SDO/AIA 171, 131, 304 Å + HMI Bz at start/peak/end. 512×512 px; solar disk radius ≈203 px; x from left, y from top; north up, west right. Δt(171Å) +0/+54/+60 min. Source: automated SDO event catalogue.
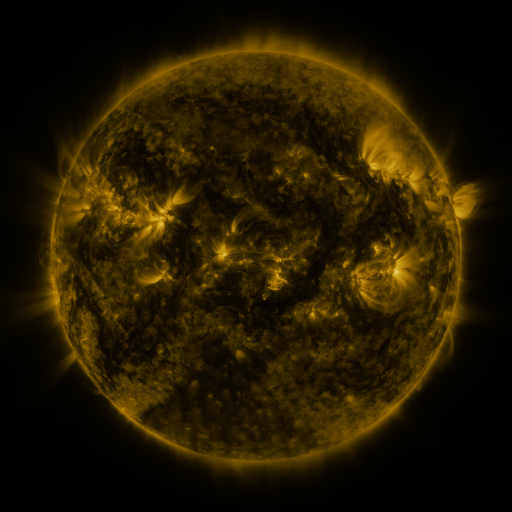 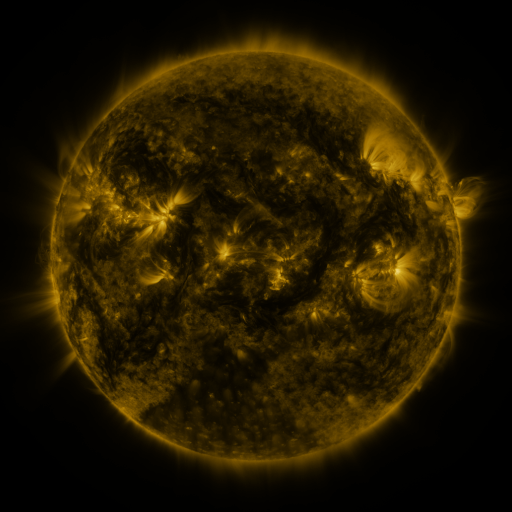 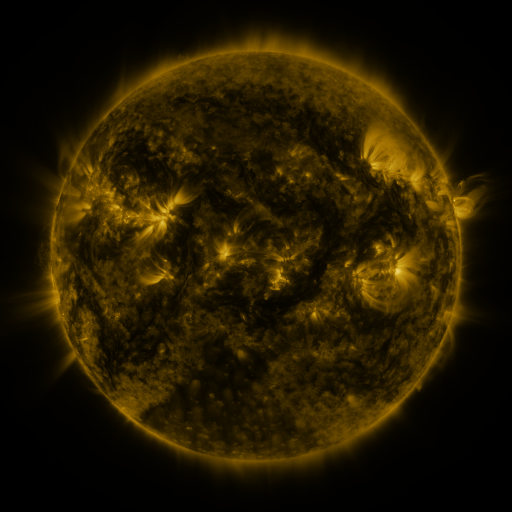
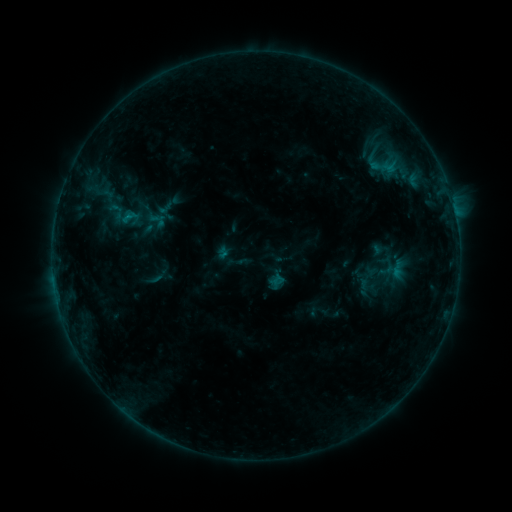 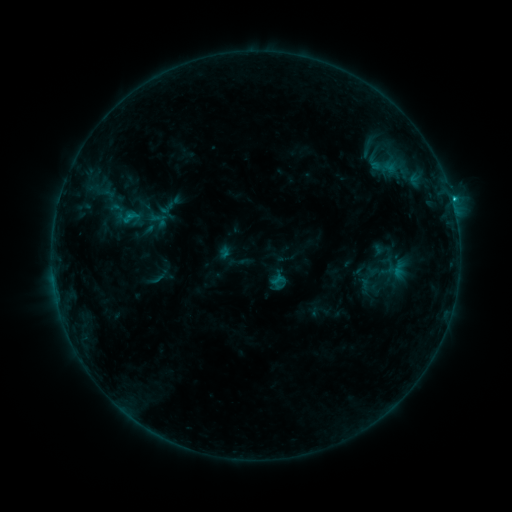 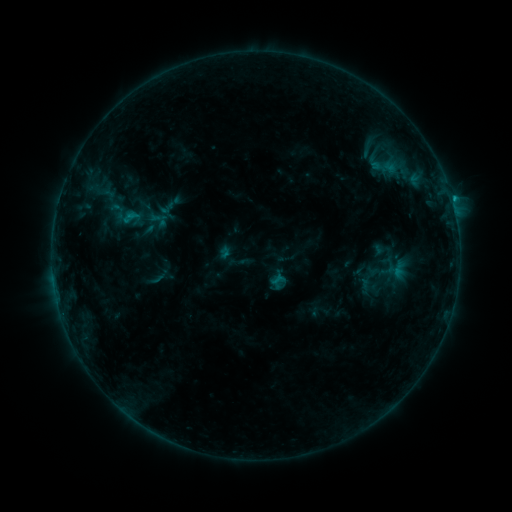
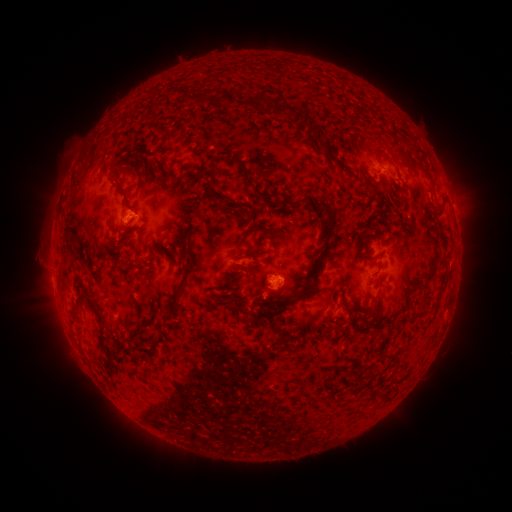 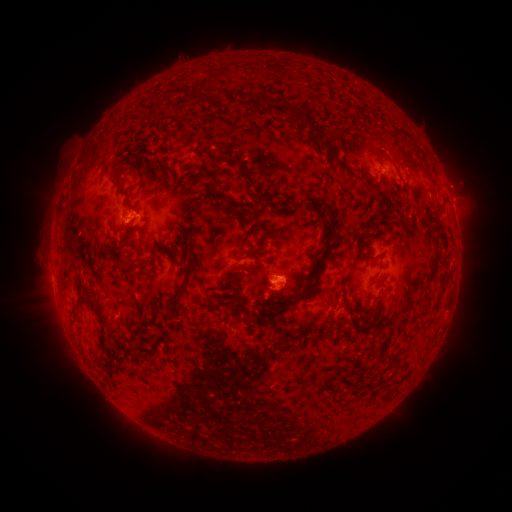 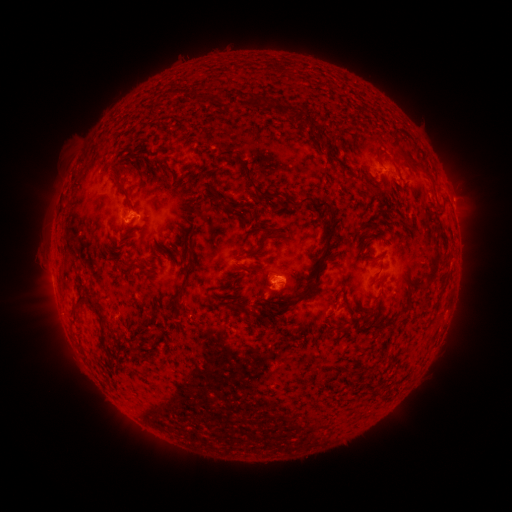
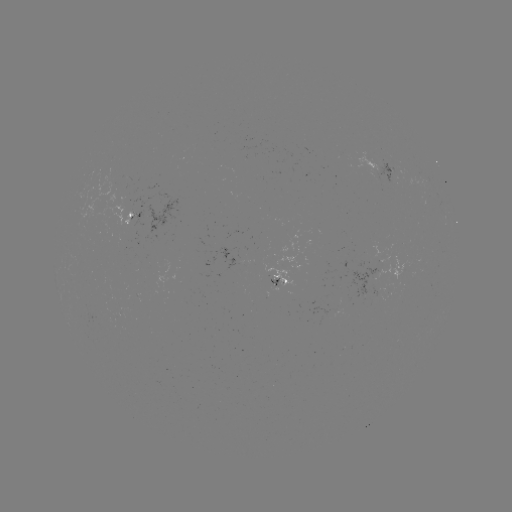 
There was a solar flare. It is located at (451, 202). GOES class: B9.6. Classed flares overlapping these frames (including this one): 1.